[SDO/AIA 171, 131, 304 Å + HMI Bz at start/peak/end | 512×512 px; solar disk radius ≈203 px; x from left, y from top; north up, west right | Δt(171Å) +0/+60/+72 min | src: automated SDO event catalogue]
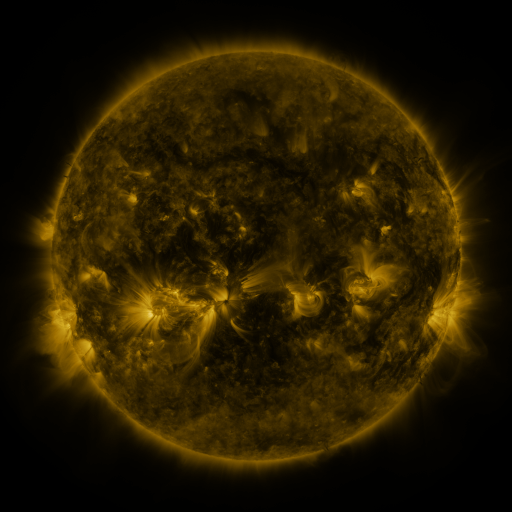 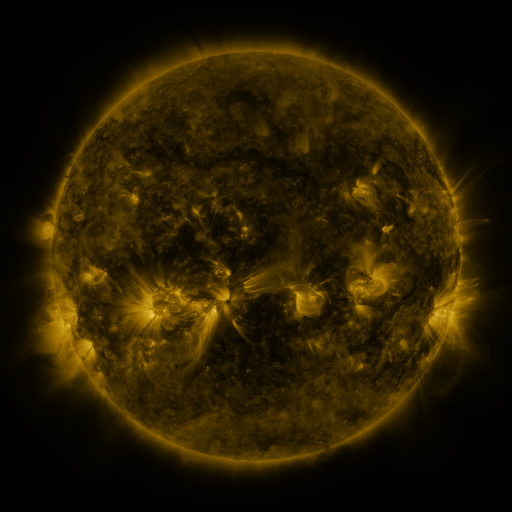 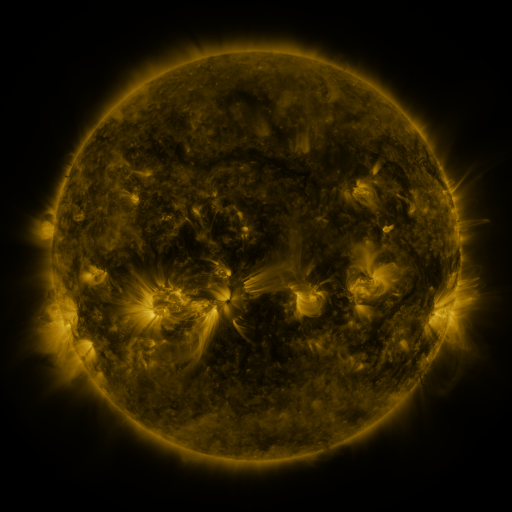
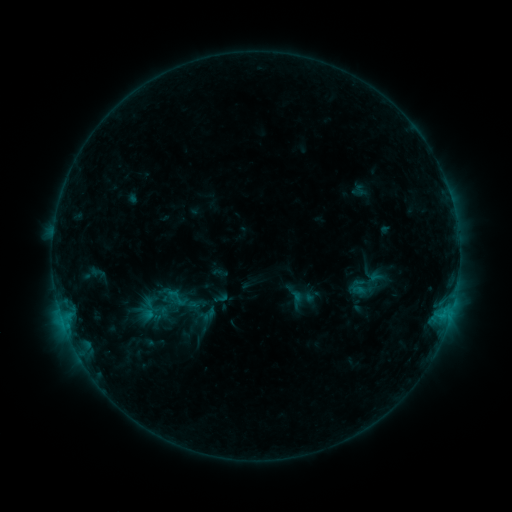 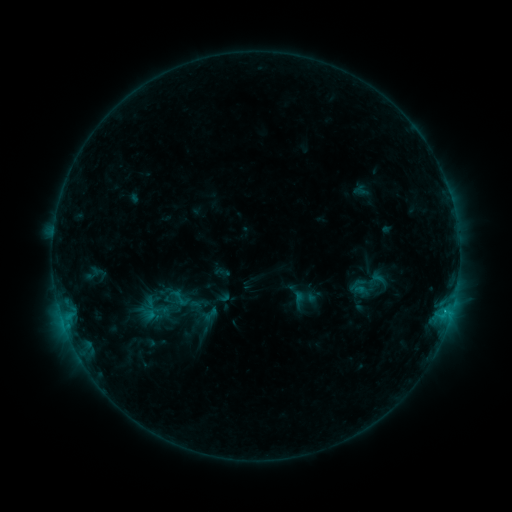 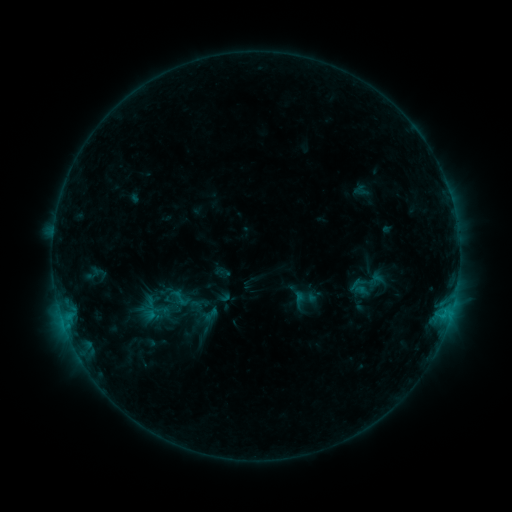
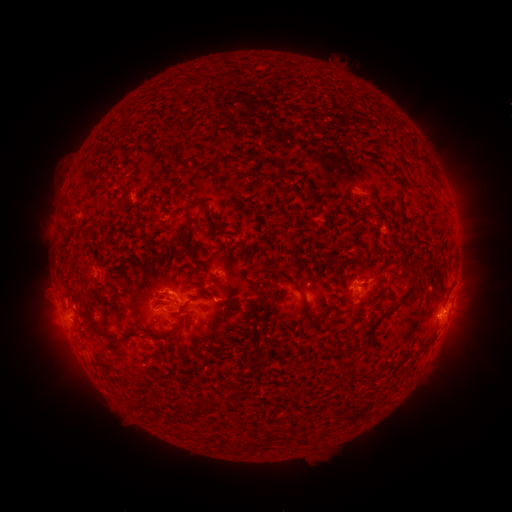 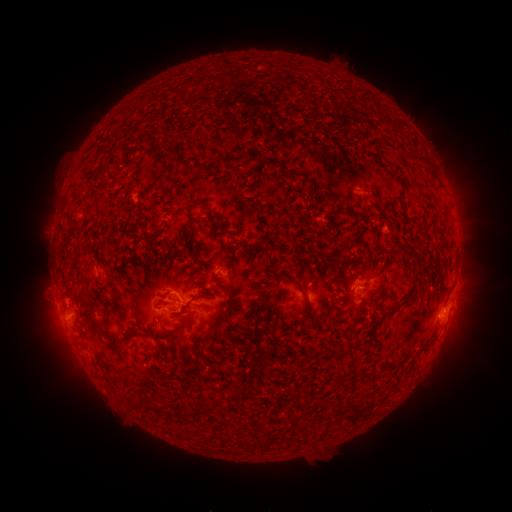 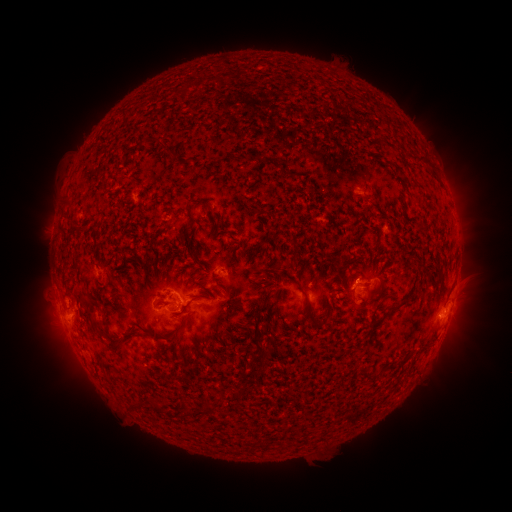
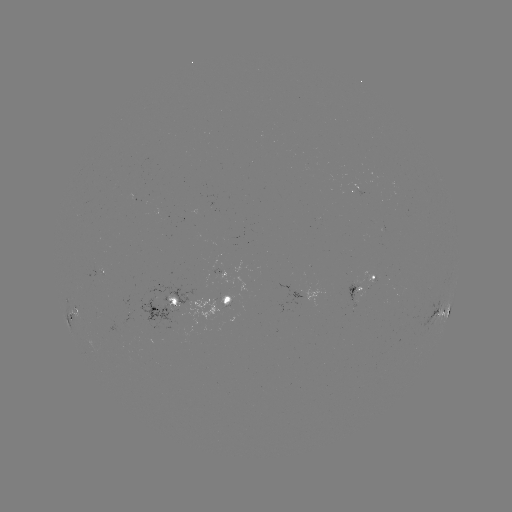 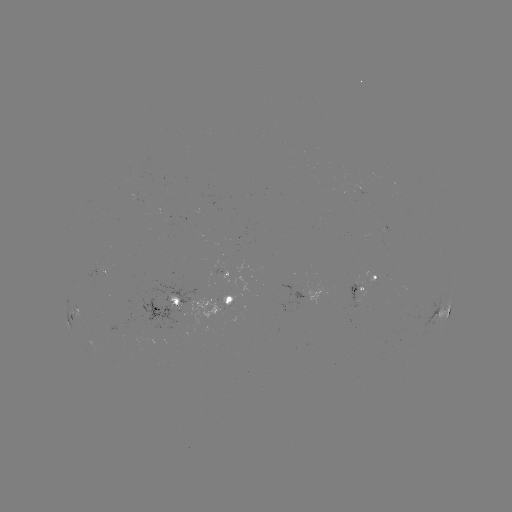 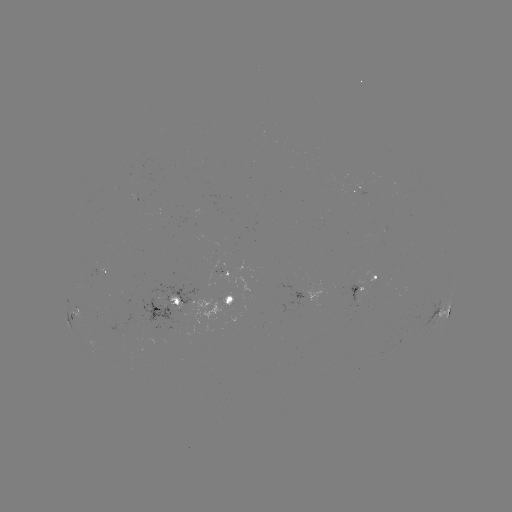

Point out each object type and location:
emerging-flux region: (356, 297)
